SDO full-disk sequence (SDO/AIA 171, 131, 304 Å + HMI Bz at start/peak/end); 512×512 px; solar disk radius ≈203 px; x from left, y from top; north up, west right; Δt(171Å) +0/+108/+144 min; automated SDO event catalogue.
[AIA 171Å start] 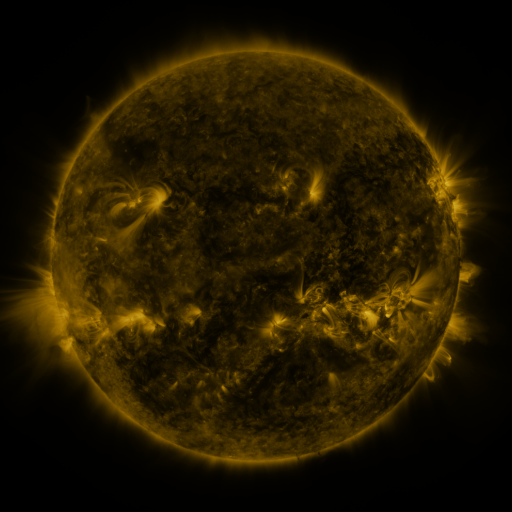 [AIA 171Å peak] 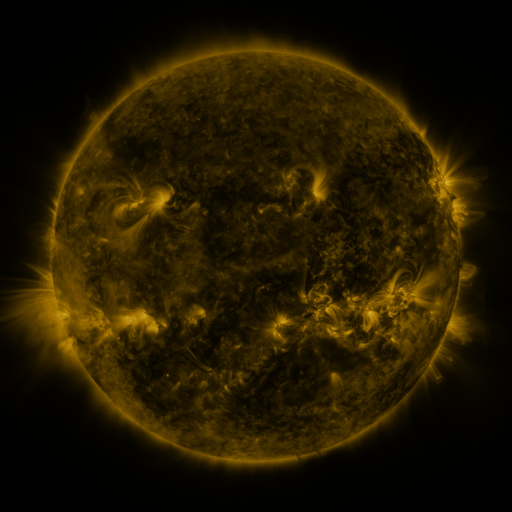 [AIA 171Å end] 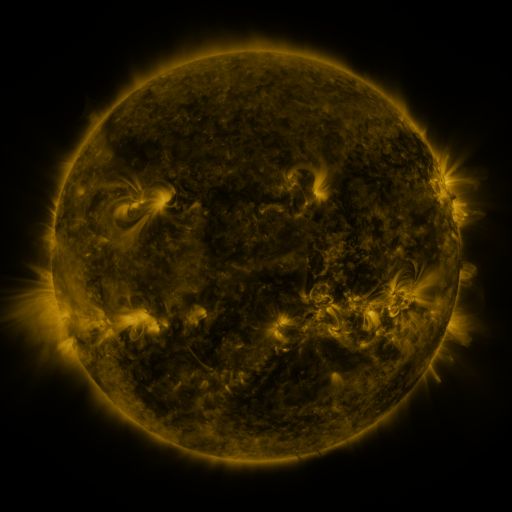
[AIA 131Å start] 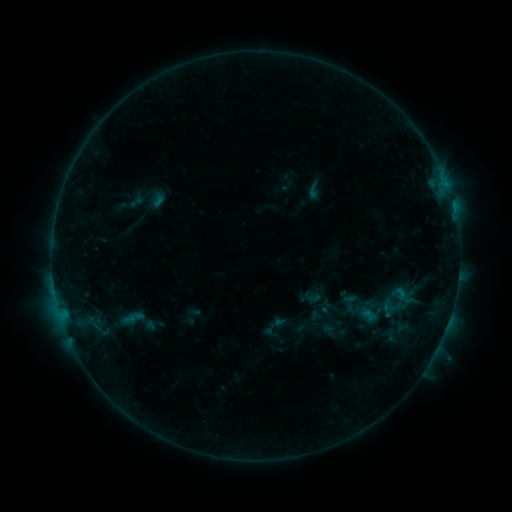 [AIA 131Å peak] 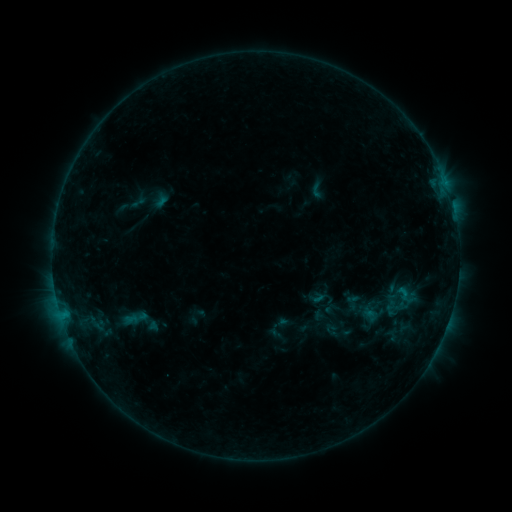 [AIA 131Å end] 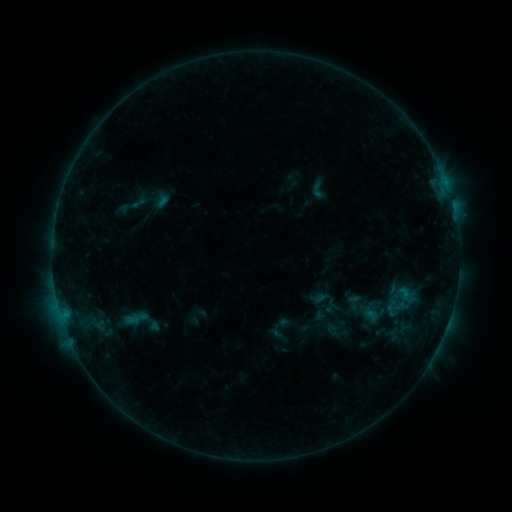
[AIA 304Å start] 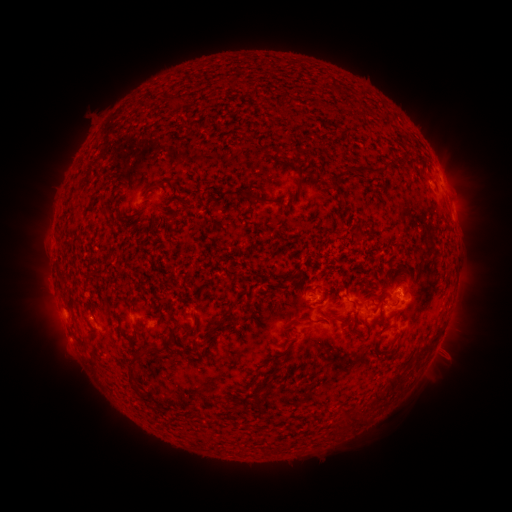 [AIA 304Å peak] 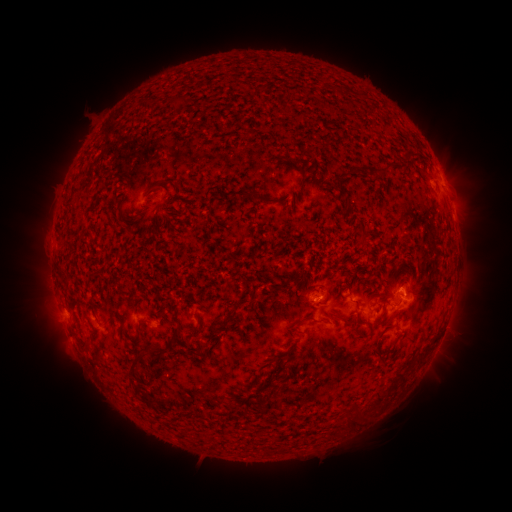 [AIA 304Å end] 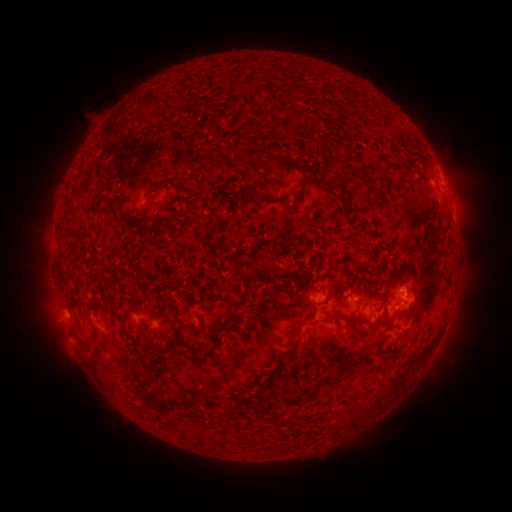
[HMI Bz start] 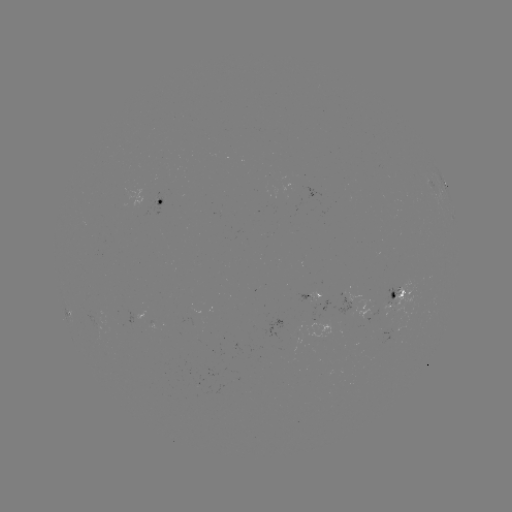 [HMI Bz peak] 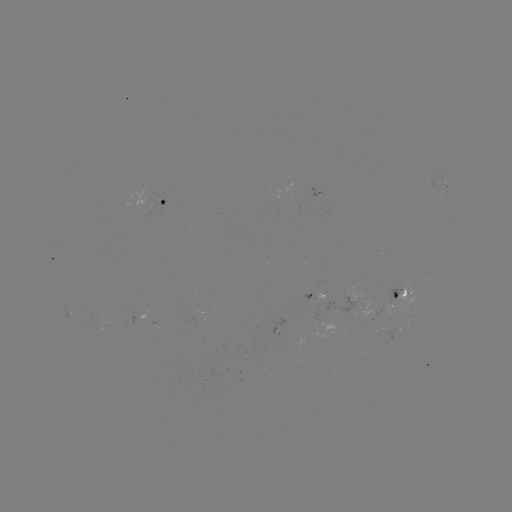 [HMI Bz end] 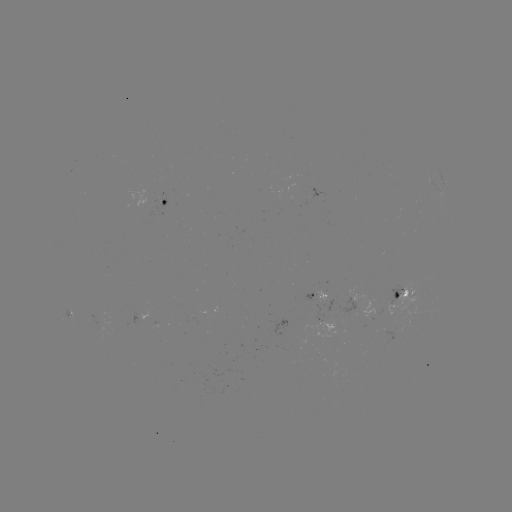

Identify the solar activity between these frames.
emerging-flux region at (200, 384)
